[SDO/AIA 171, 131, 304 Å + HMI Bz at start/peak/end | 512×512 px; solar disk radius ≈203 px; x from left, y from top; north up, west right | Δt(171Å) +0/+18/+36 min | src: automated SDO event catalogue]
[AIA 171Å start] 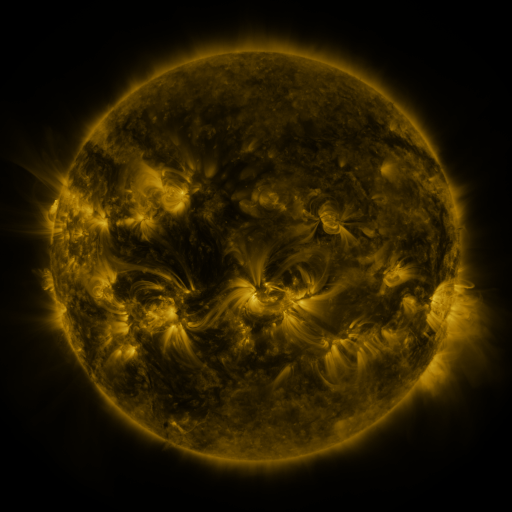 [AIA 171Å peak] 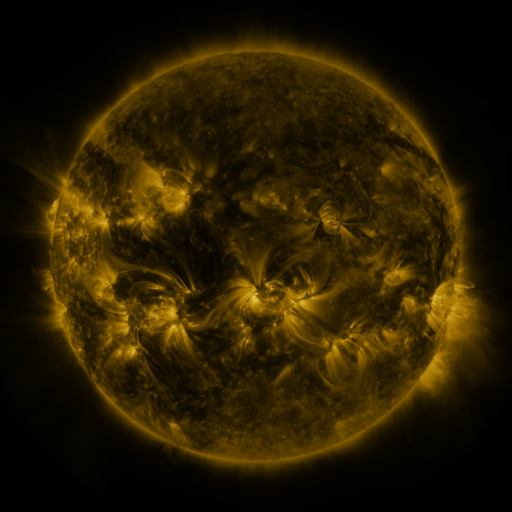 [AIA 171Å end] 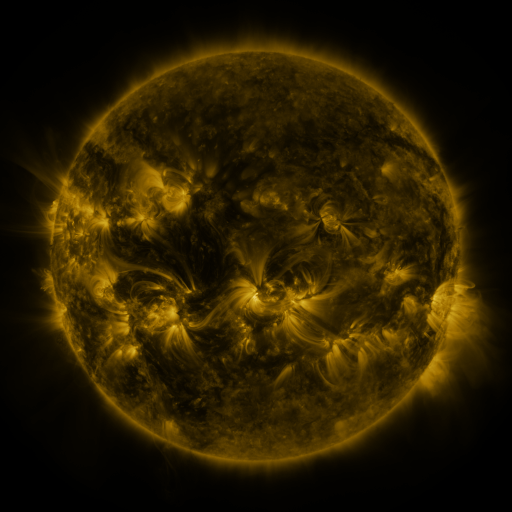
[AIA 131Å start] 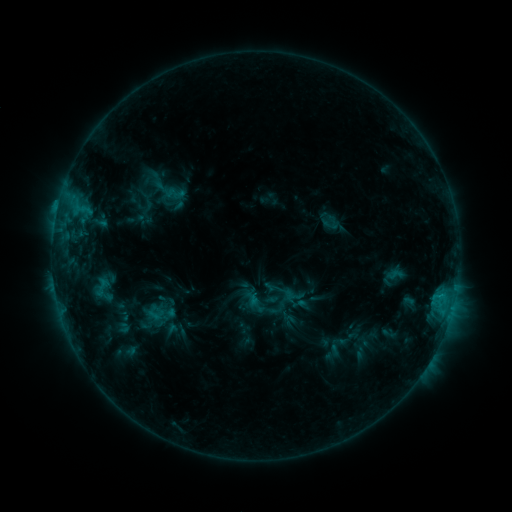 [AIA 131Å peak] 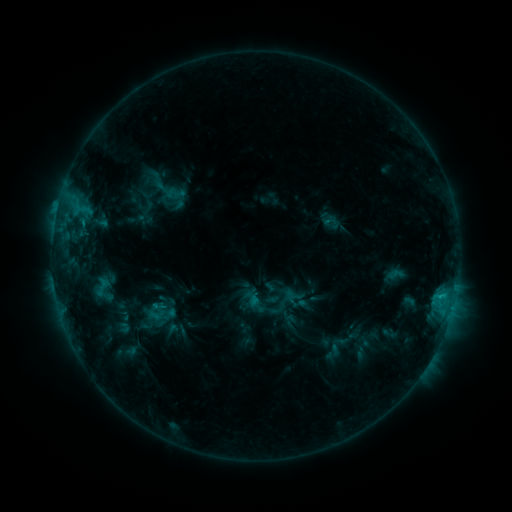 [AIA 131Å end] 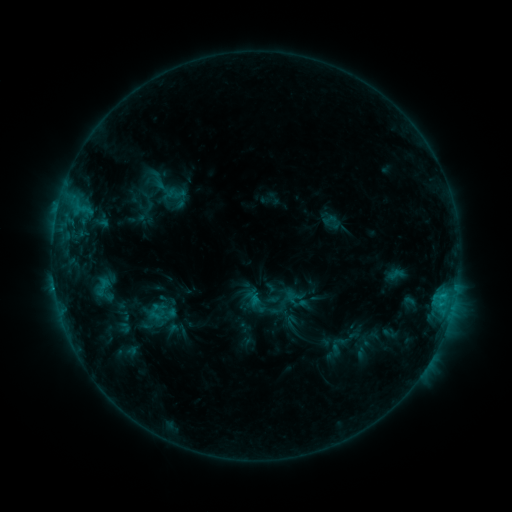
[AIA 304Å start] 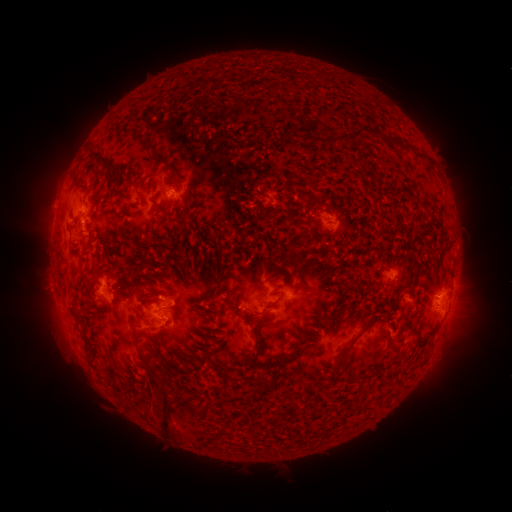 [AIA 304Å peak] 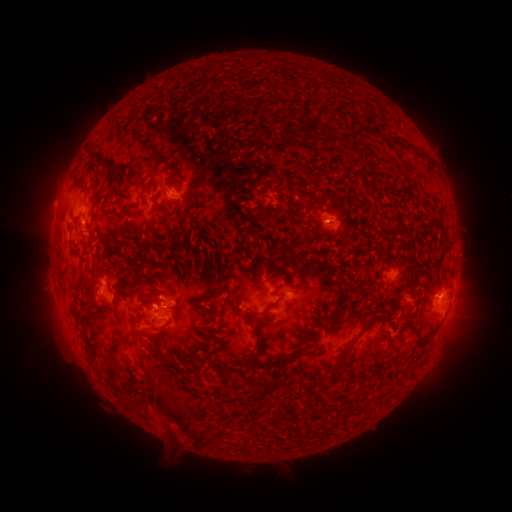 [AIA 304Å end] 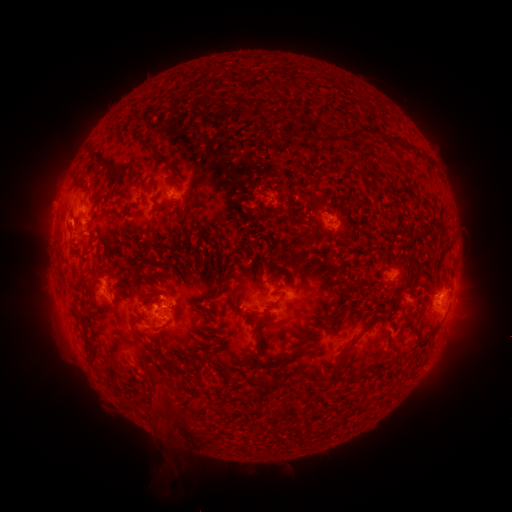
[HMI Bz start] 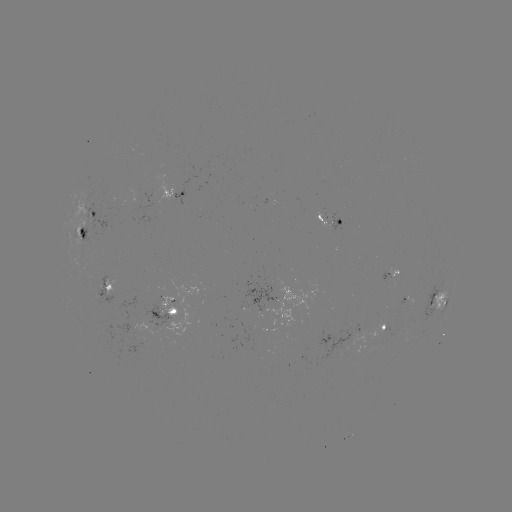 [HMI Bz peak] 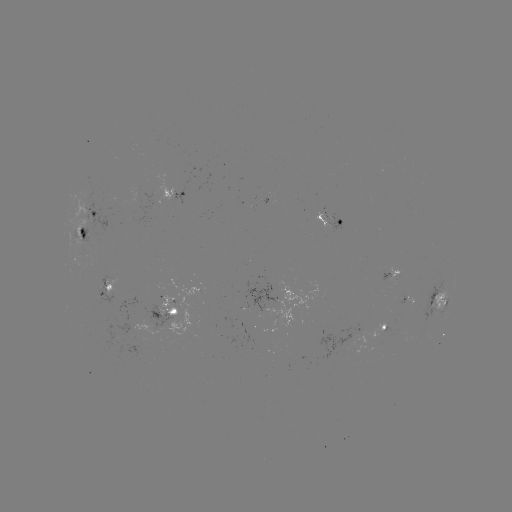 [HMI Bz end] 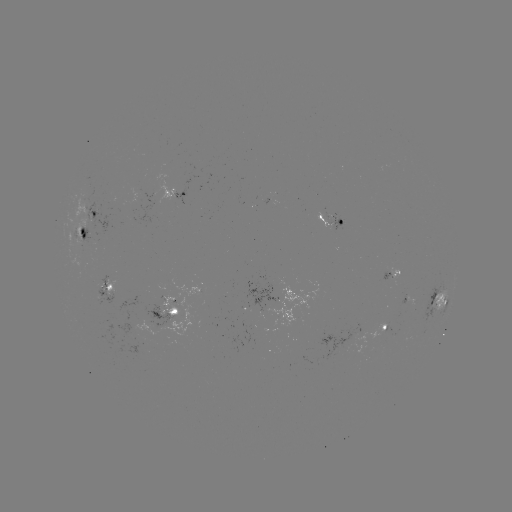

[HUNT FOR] eruption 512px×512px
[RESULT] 164,407